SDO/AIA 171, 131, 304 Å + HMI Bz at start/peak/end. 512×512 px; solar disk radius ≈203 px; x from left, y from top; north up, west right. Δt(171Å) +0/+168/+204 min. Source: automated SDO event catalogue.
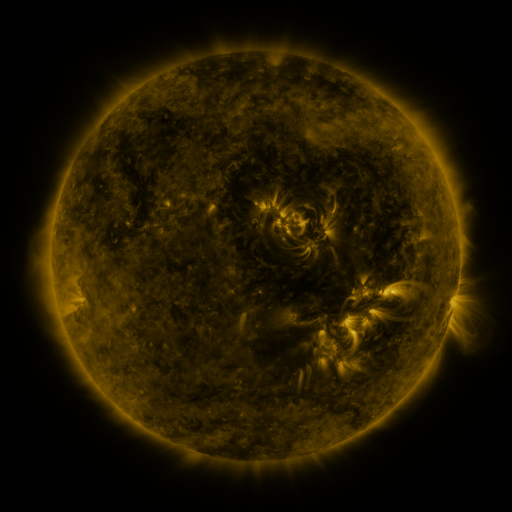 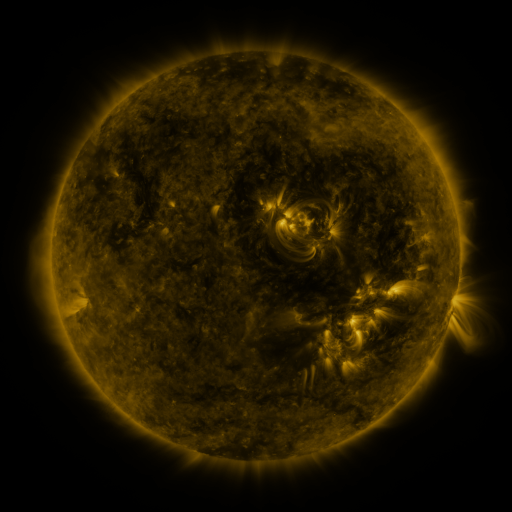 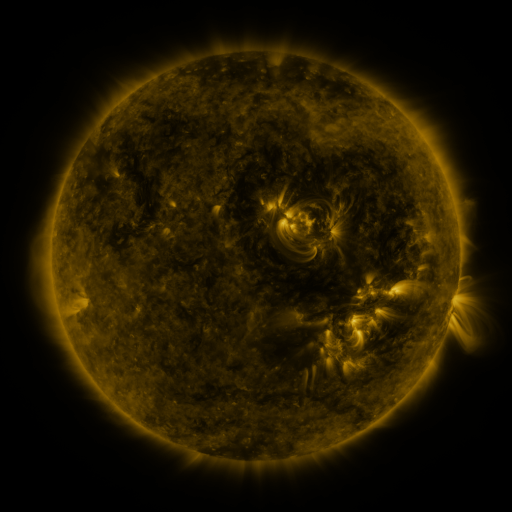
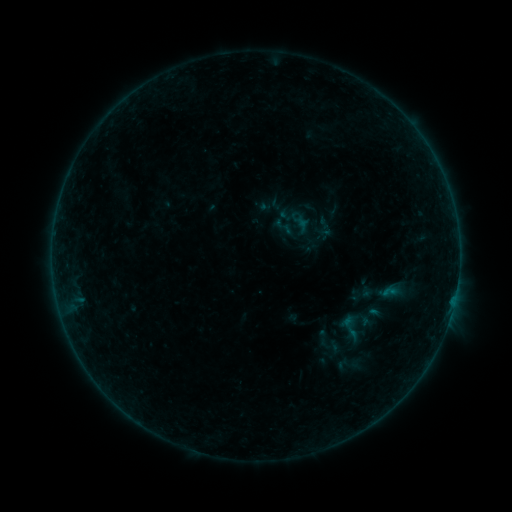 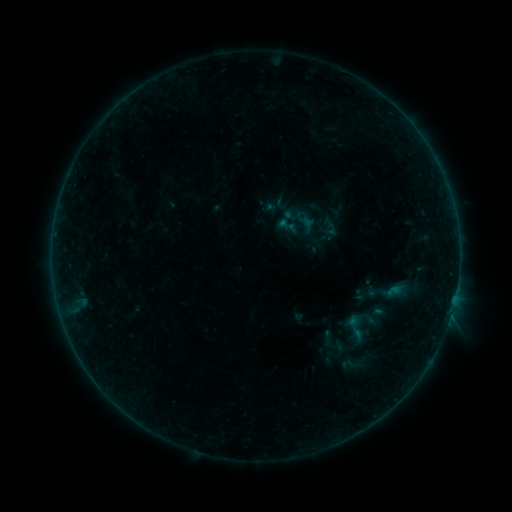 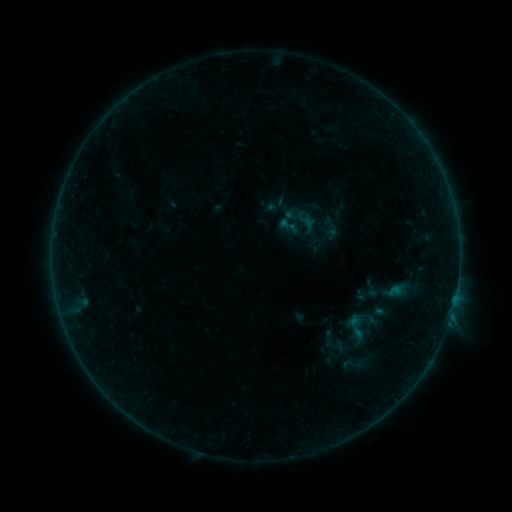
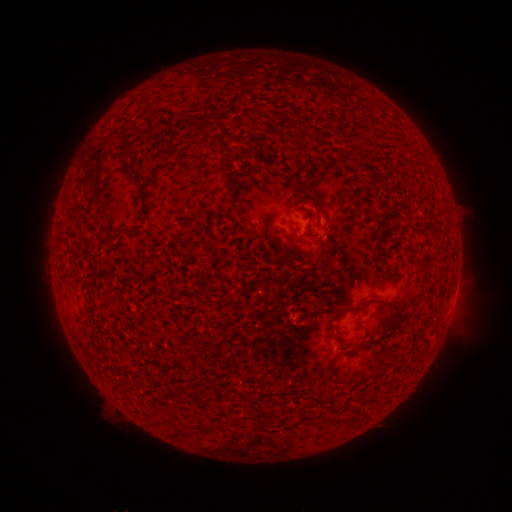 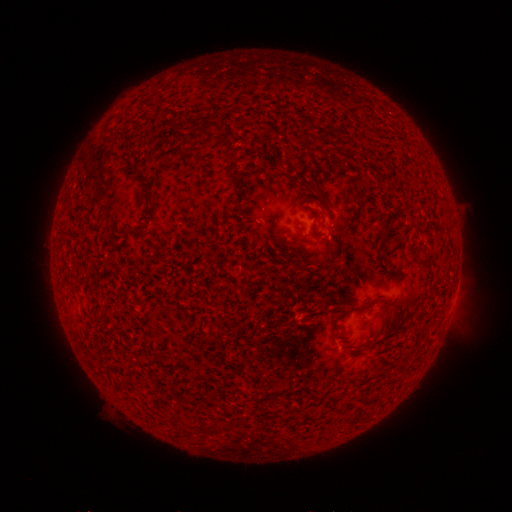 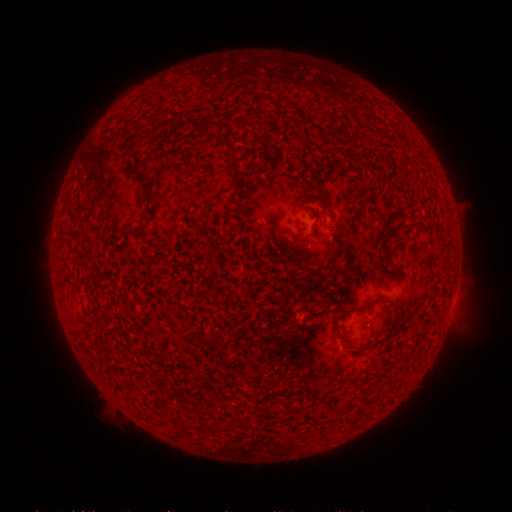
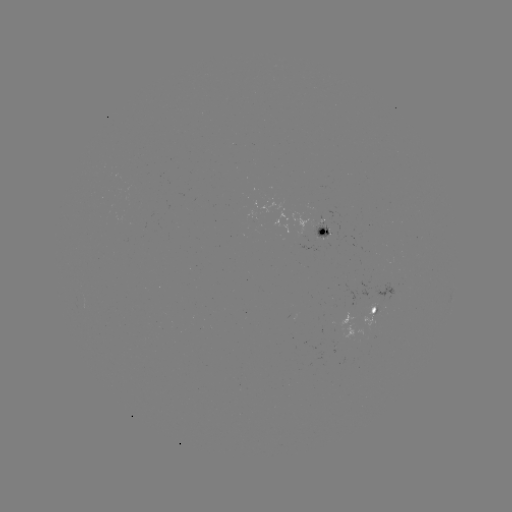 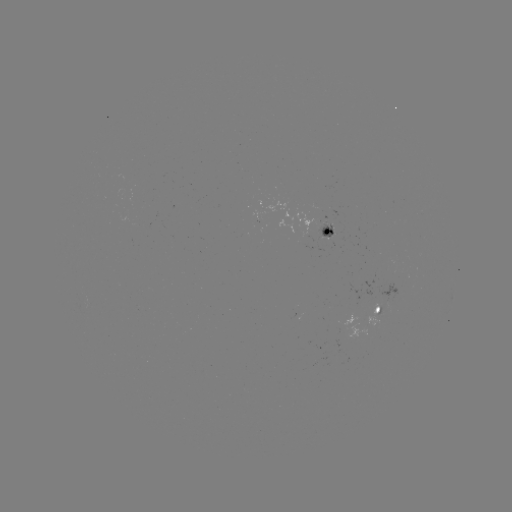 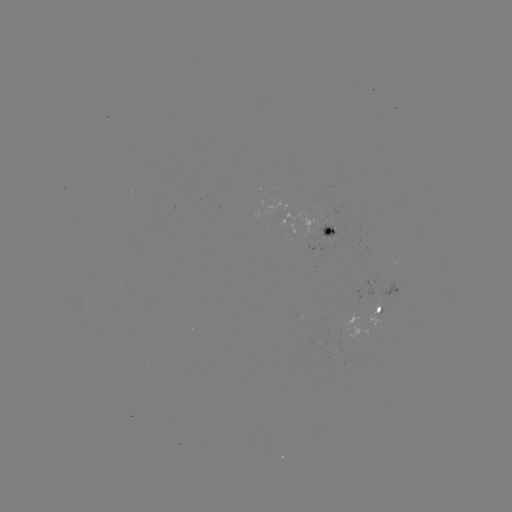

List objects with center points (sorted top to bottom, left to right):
emerging-flux region: (322, 230)
